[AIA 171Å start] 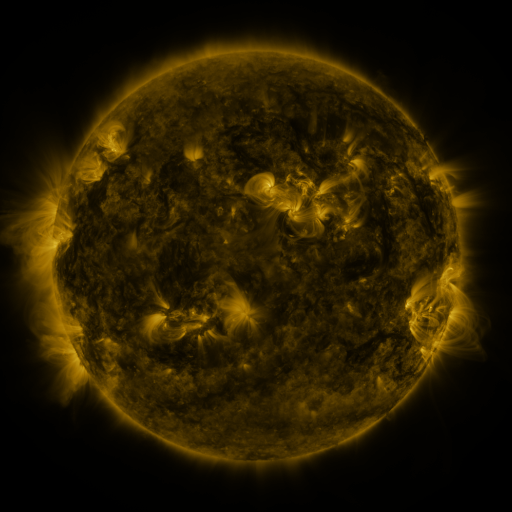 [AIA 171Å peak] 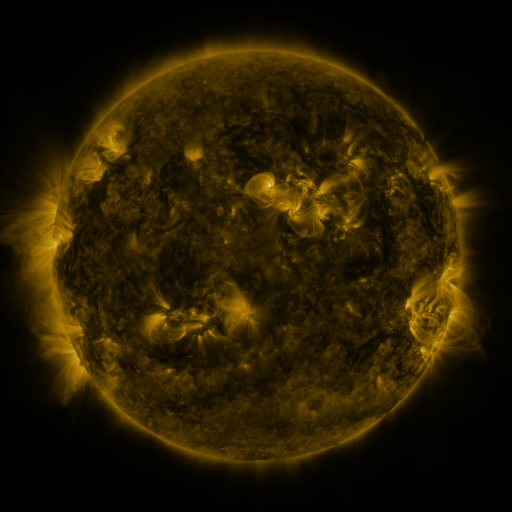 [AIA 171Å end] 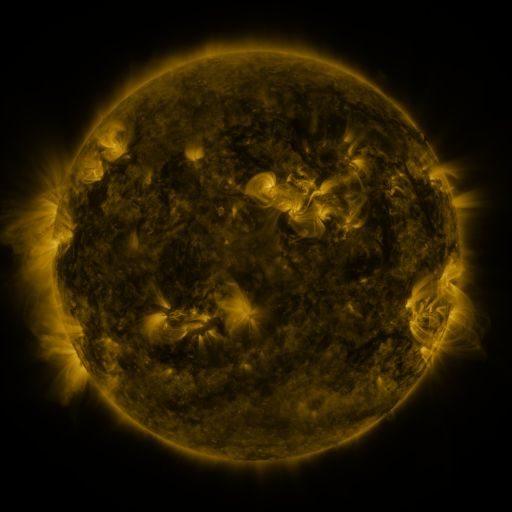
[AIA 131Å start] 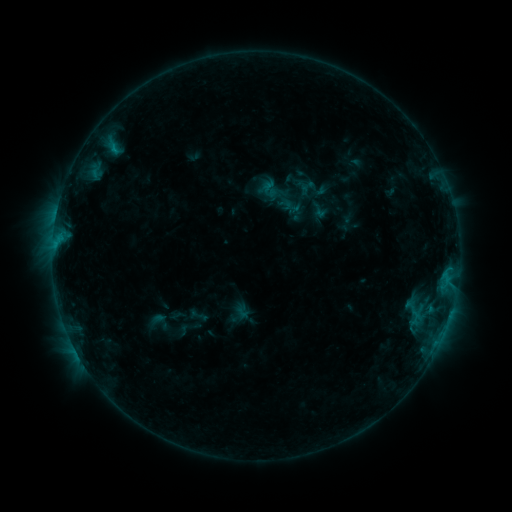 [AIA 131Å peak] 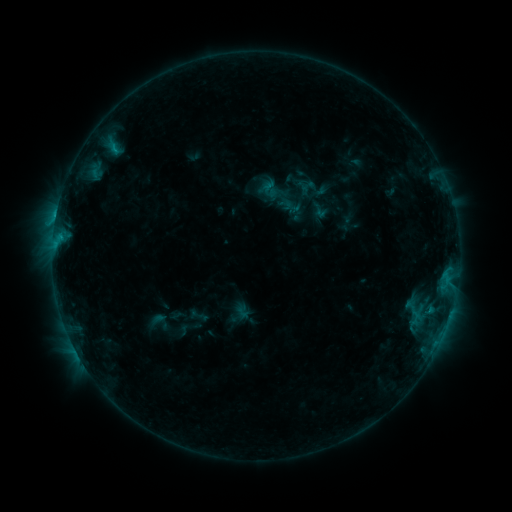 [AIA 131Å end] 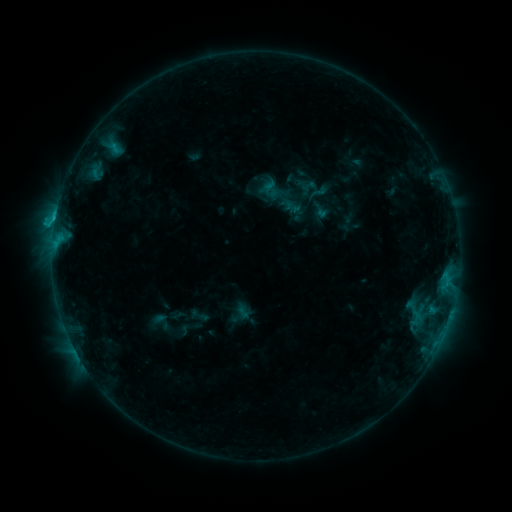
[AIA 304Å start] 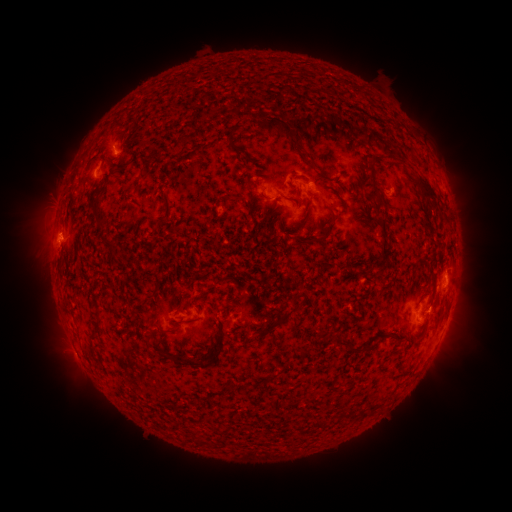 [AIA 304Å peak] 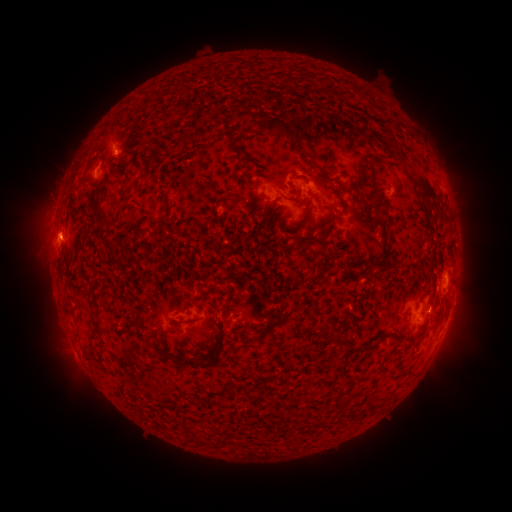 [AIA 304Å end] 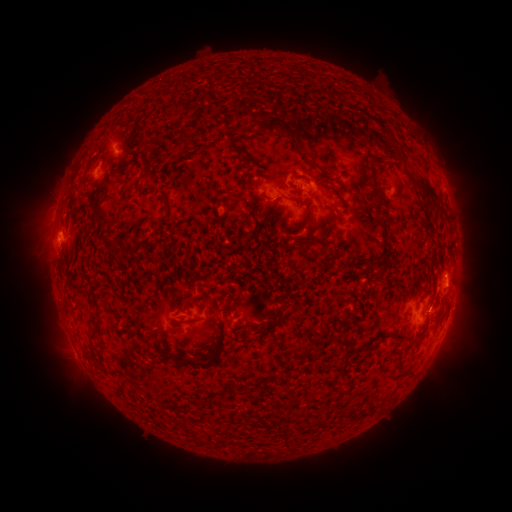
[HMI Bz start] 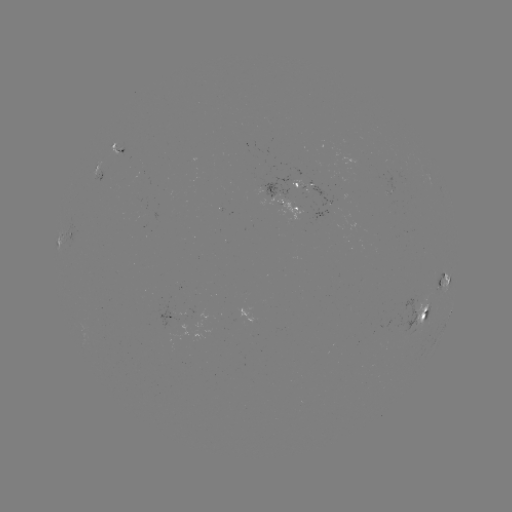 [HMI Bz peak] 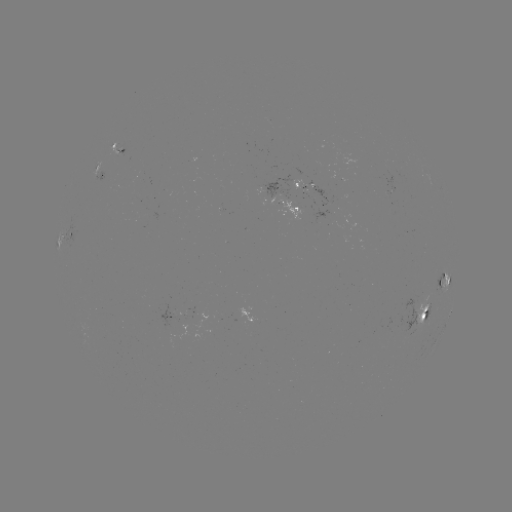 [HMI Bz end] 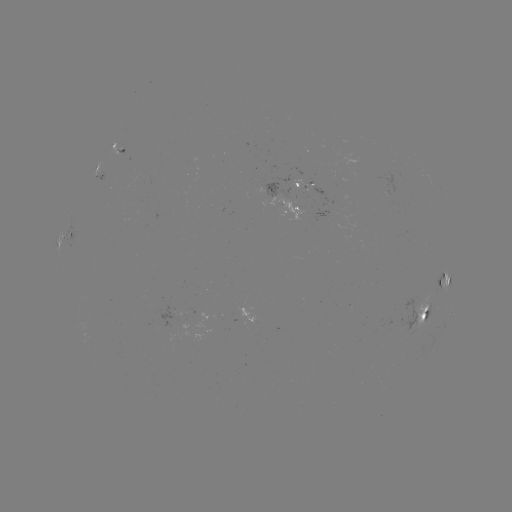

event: flare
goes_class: C2.2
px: (429, 310)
